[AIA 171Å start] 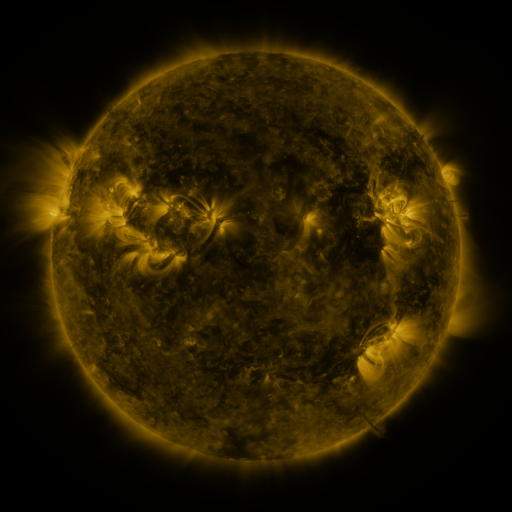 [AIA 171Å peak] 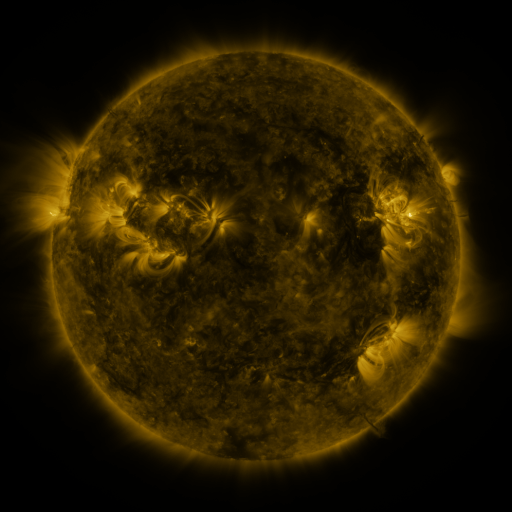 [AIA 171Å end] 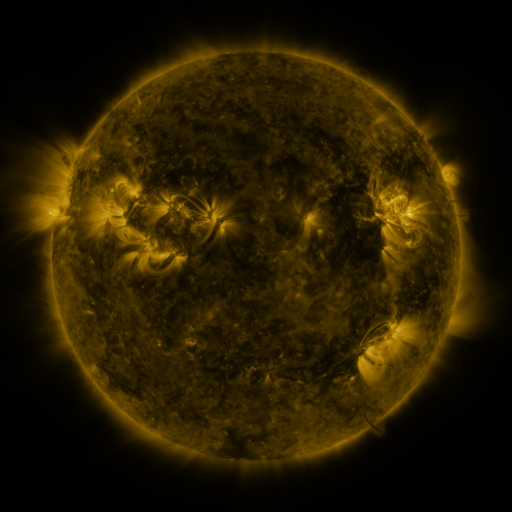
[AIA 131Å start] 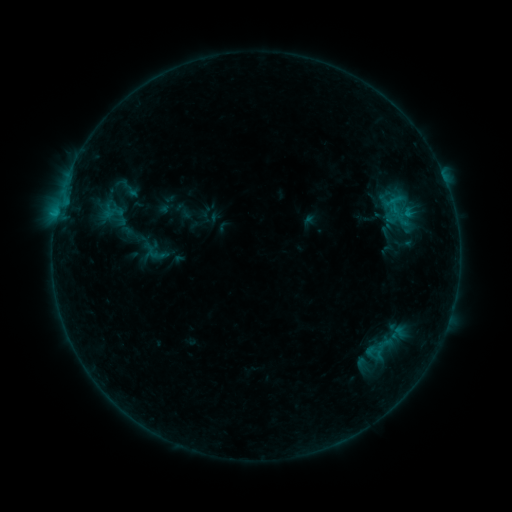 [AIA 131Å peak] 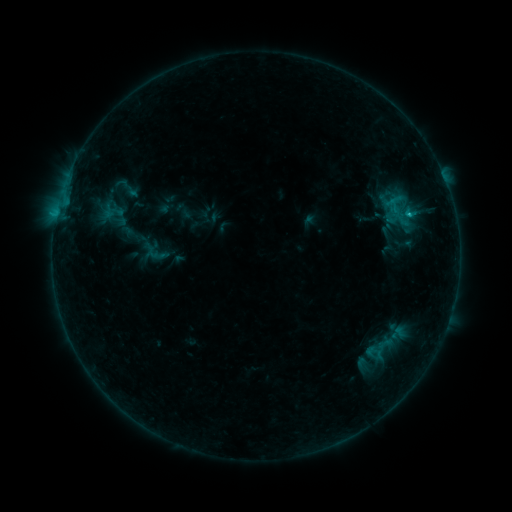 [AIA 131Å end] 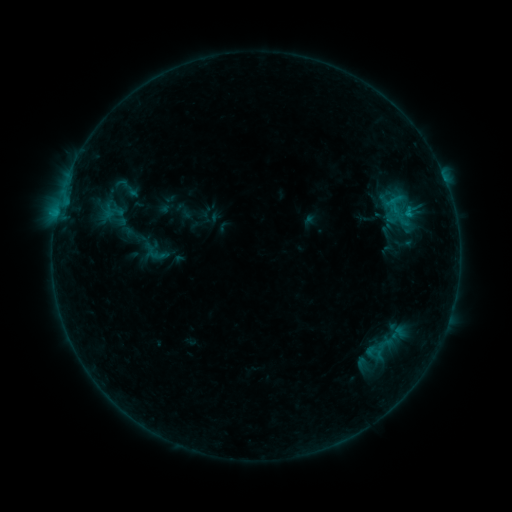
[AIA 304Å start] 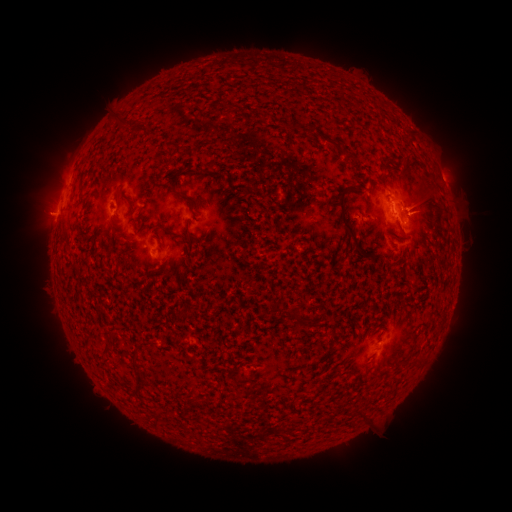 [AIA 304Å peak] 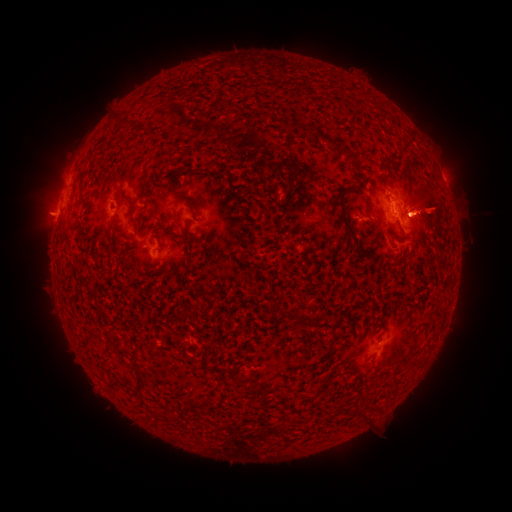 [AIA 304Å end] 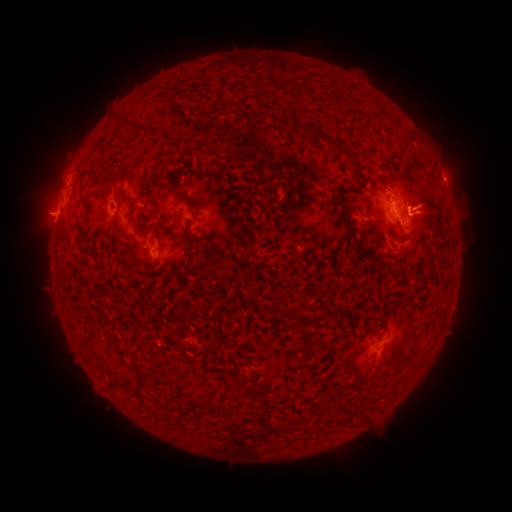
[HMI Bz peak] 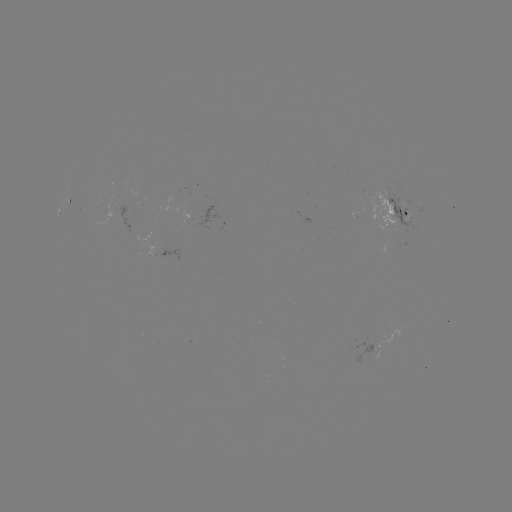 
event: flare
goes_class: B4.8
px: (408, 215)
